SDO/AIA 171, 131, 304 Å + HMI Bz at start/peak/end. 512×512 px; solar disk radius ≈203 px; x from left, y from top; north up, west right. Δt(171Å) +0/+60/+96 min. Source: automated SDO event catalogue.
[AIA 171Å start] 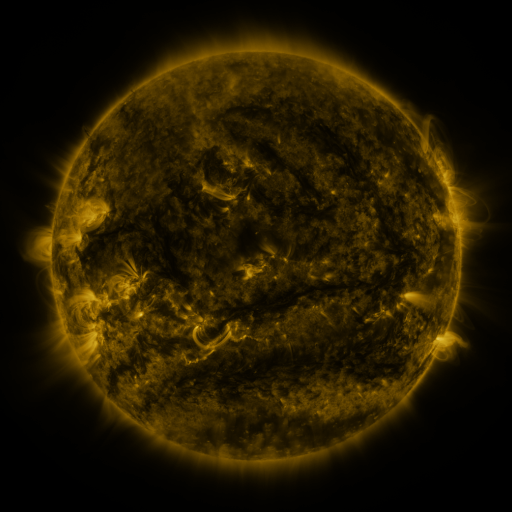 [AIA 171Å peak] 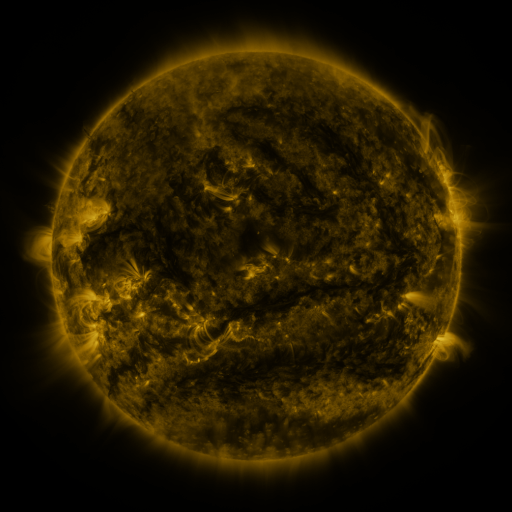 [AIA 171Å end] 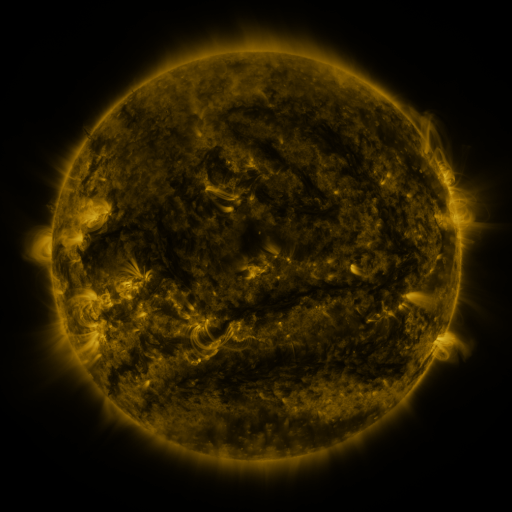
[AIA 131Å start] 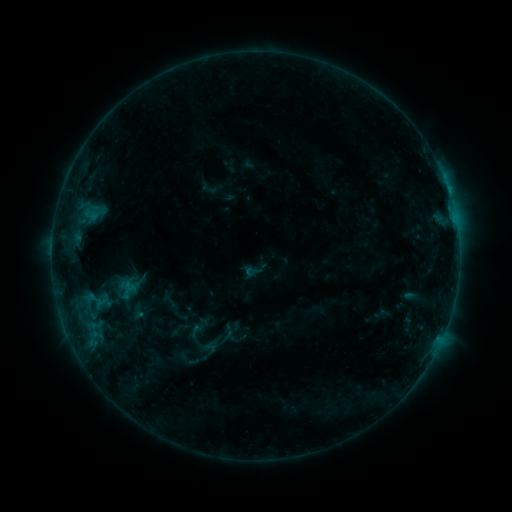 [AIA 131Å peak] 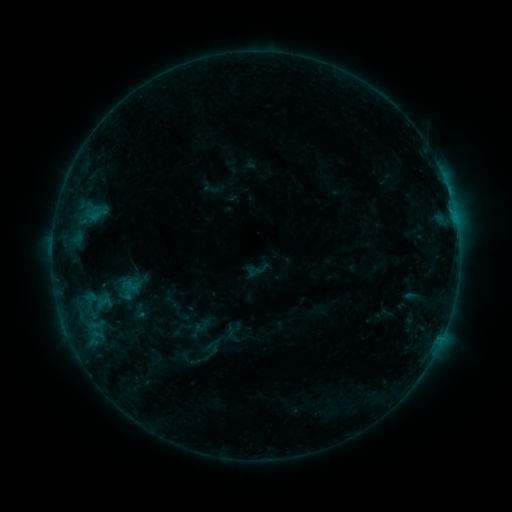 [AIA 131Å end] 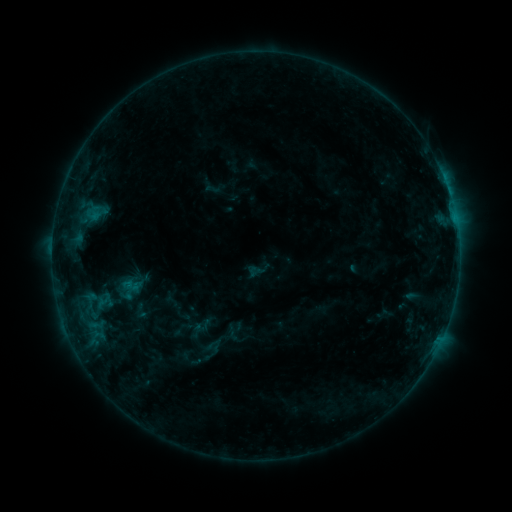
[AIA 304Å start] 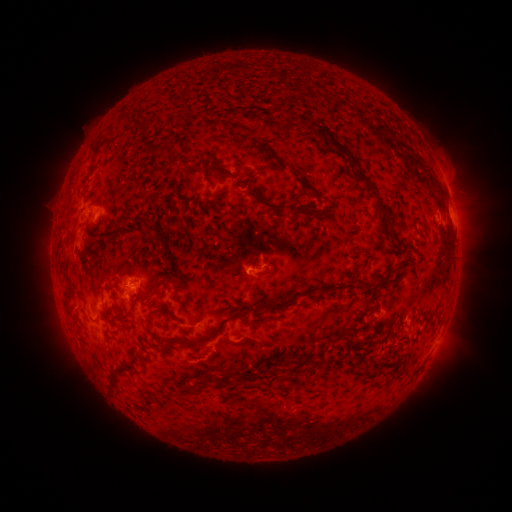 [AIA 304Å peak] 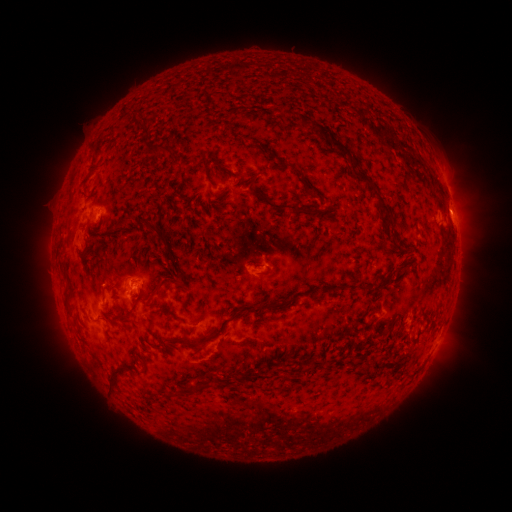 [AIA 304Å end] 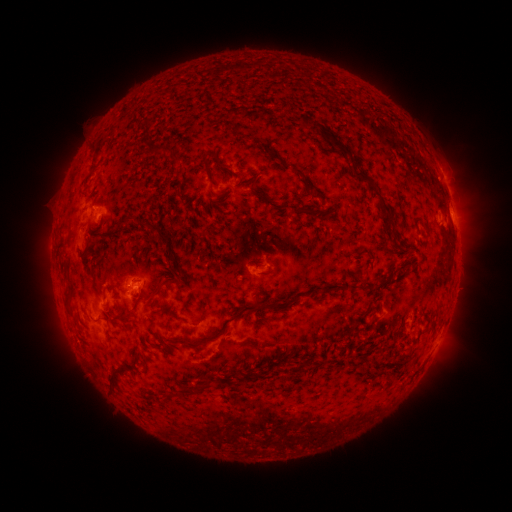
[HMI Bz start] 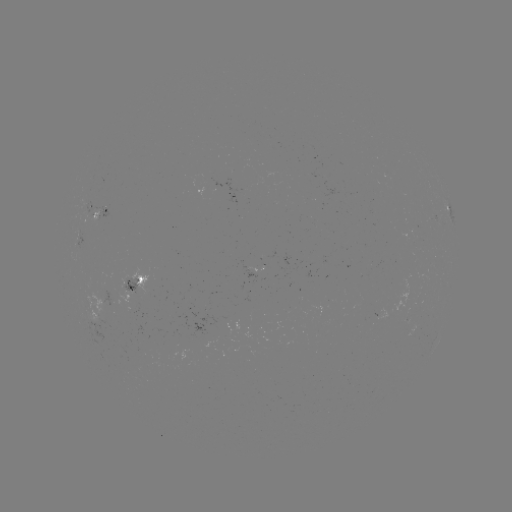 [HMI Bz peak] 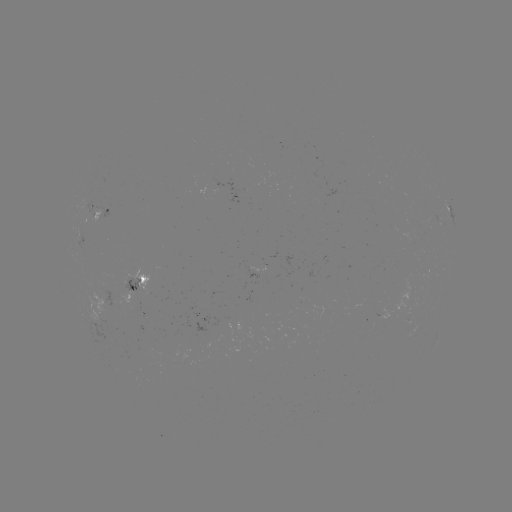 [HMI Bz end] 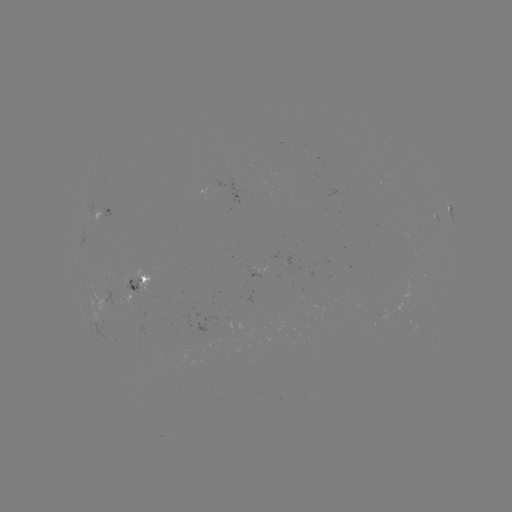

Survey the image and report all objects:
emerging-flux region: (128, 286)
